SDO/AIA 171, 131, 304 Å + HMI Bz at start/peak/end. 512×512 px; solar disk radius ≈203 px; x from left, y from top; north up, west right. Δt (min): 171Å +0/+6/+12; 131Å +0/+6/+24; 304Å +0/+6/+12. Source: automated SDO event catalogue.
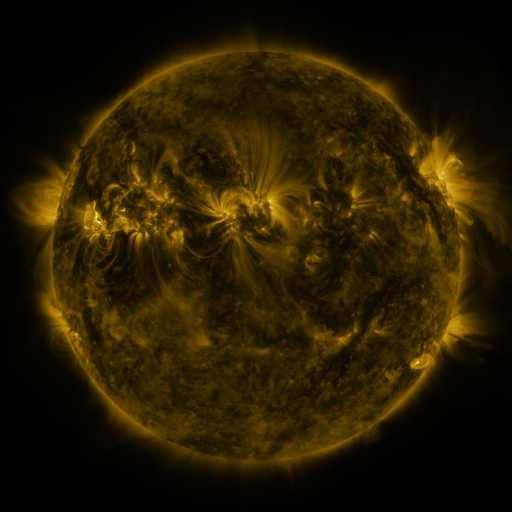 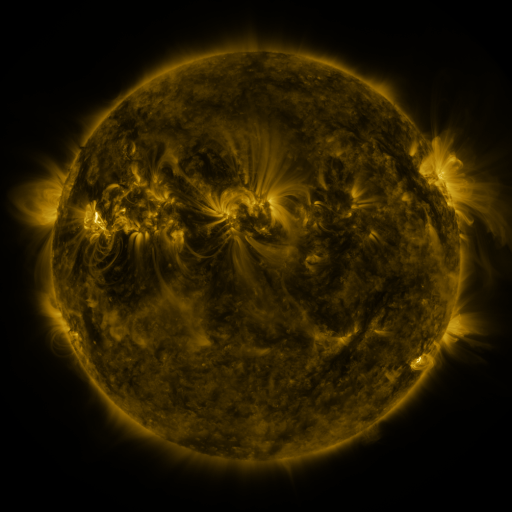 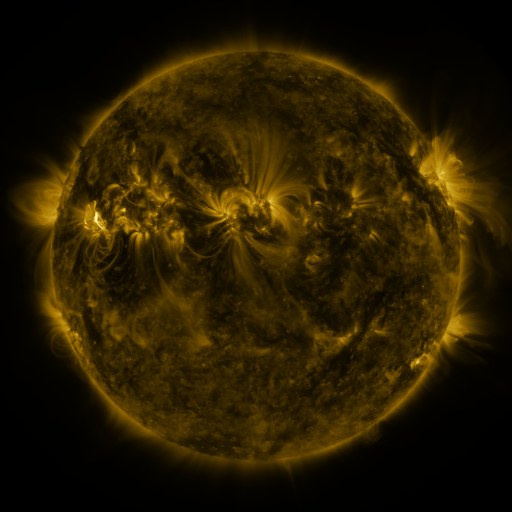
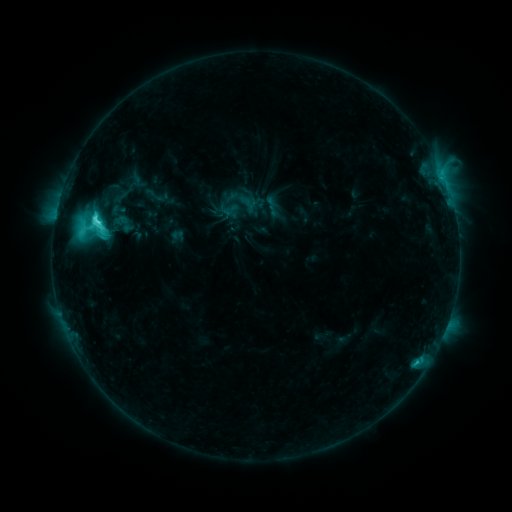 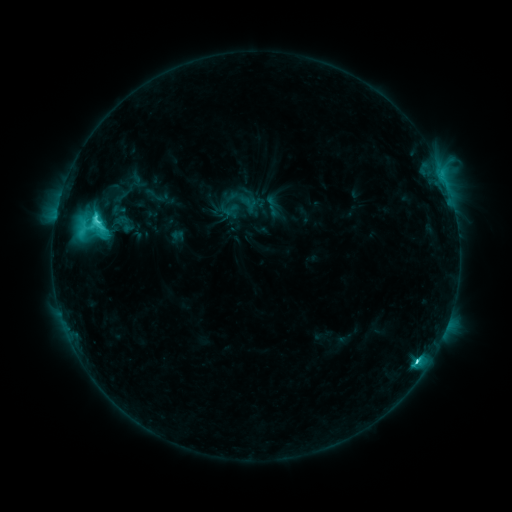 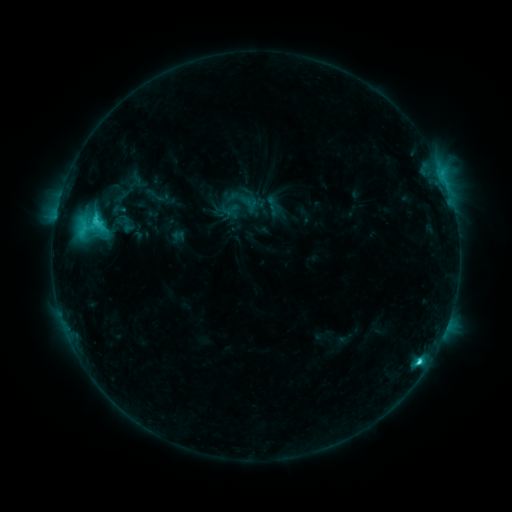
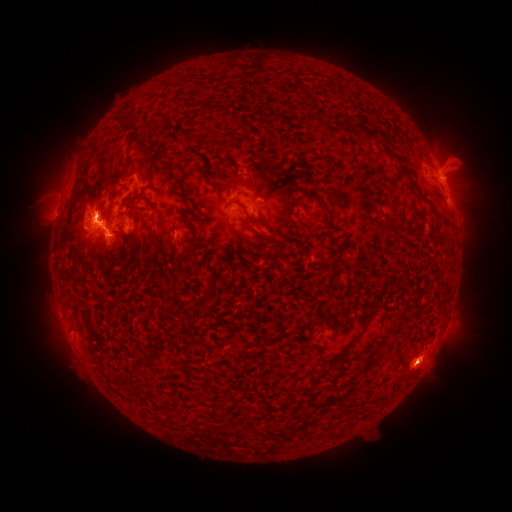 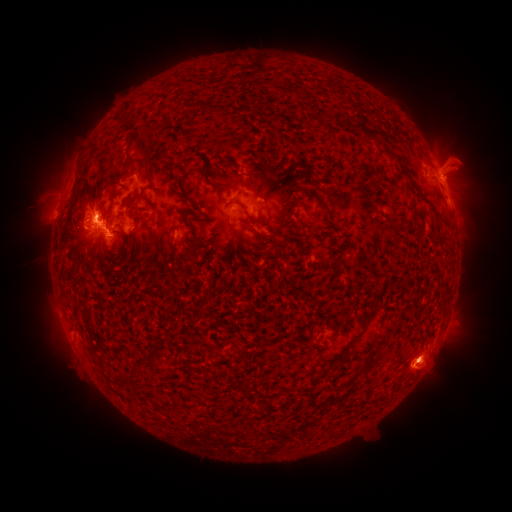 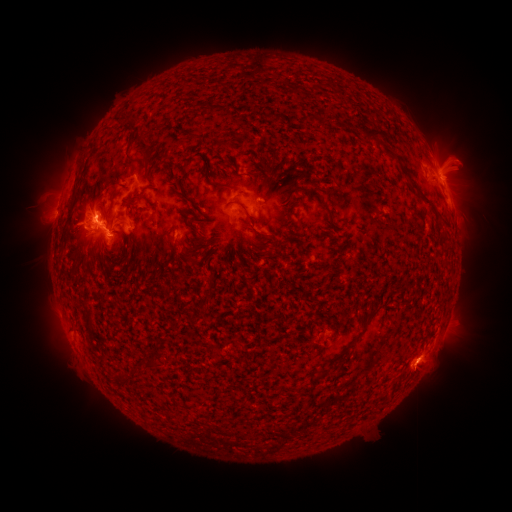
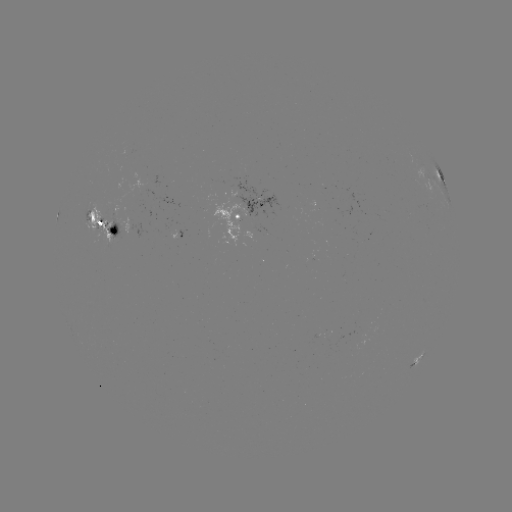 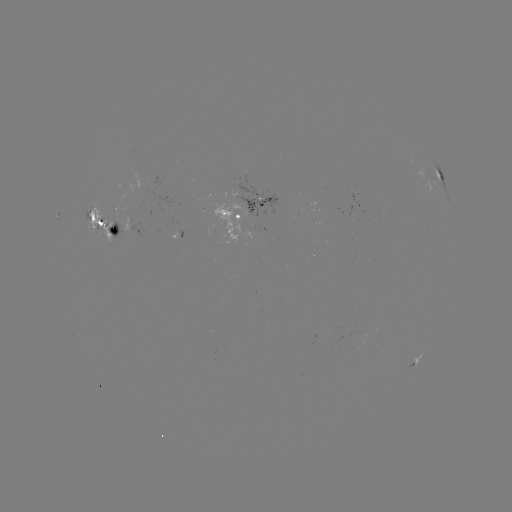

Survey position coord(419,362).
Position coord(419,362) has M1.2 flare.